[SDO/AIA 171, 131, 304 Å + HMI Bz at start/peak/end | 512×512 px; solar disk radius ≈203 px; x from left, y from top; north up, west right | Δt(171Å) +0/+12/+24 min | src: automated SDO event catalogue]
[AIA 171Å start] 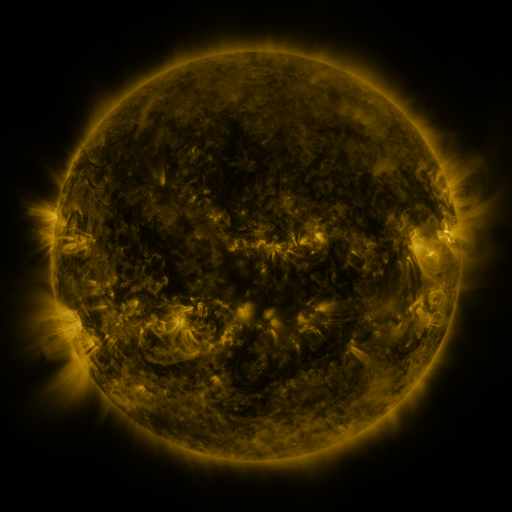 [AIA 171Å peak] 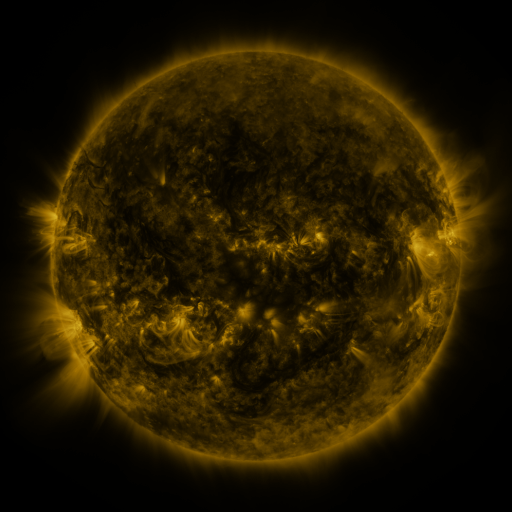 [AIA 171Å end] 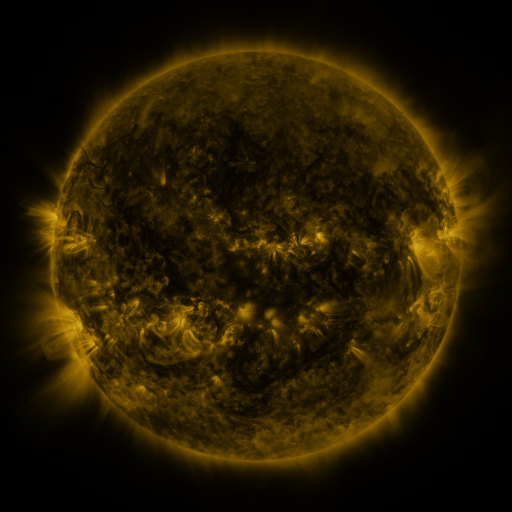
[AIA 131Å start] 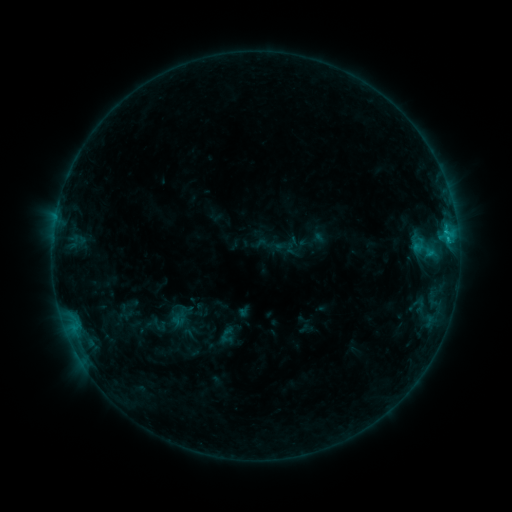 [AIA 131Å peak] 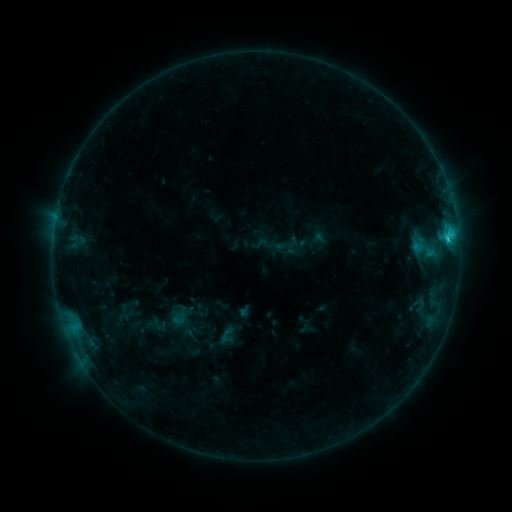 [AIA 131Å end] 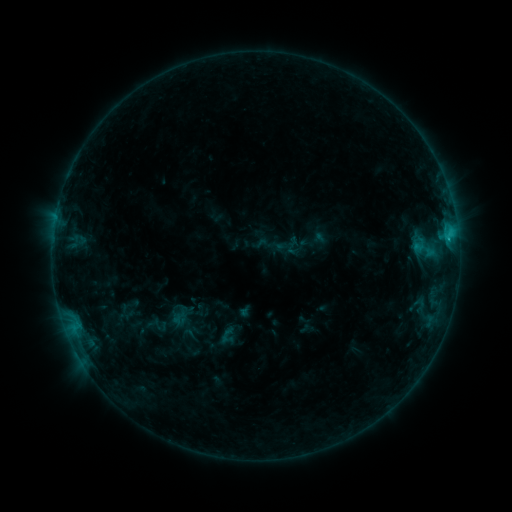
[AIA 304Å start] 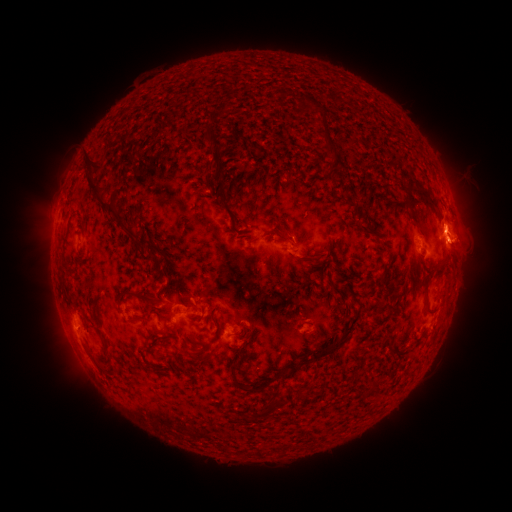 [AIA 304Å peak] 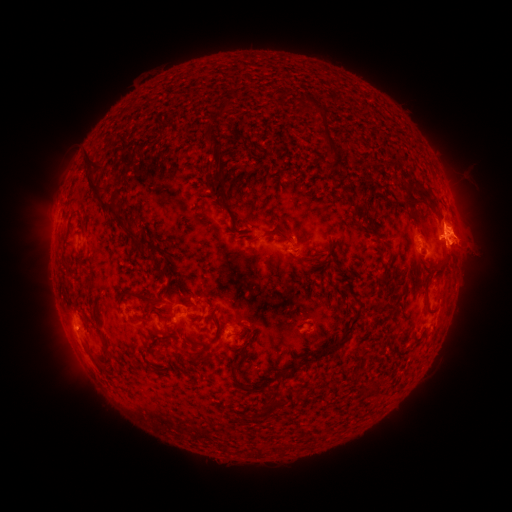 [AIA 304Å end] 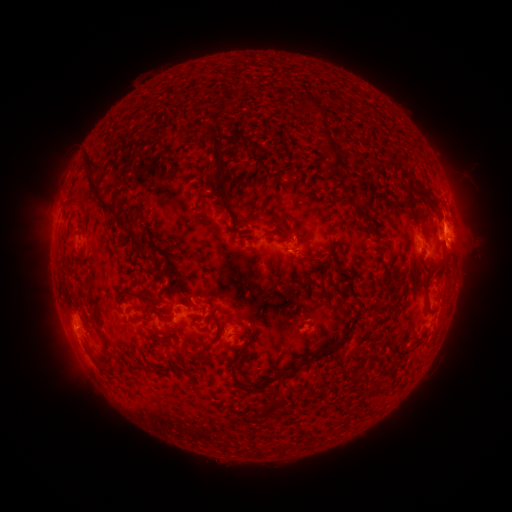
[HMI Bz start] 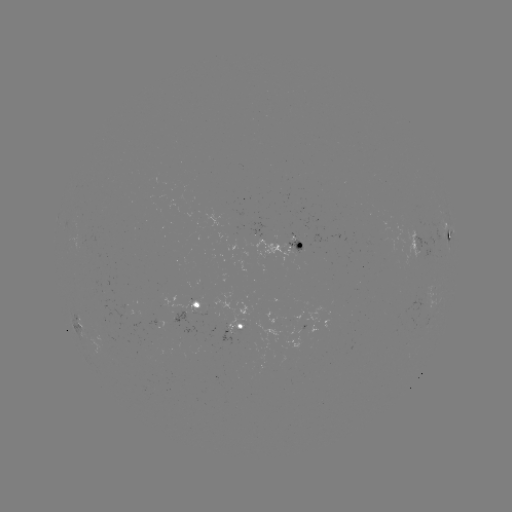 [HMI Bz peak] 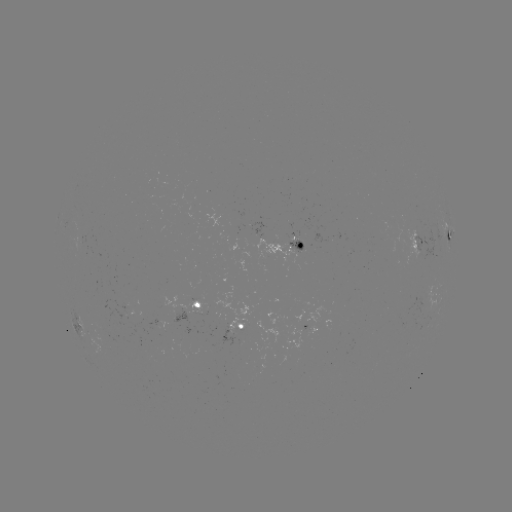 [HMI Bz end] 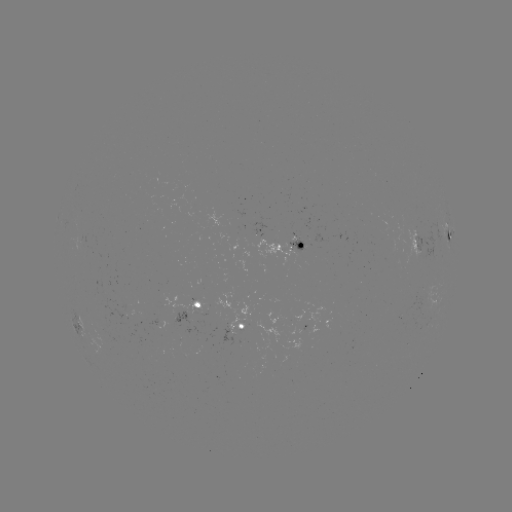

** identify C1.6 flare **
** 446,239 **